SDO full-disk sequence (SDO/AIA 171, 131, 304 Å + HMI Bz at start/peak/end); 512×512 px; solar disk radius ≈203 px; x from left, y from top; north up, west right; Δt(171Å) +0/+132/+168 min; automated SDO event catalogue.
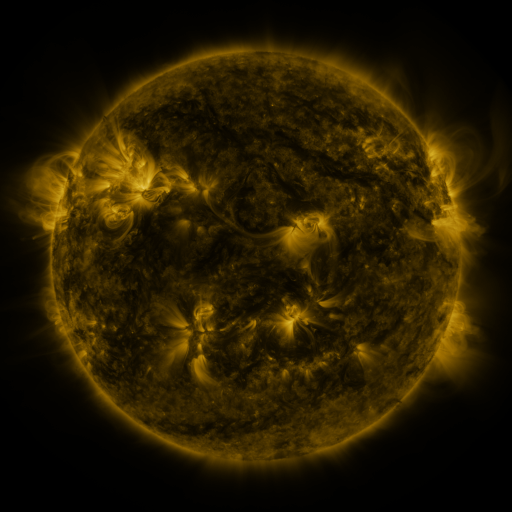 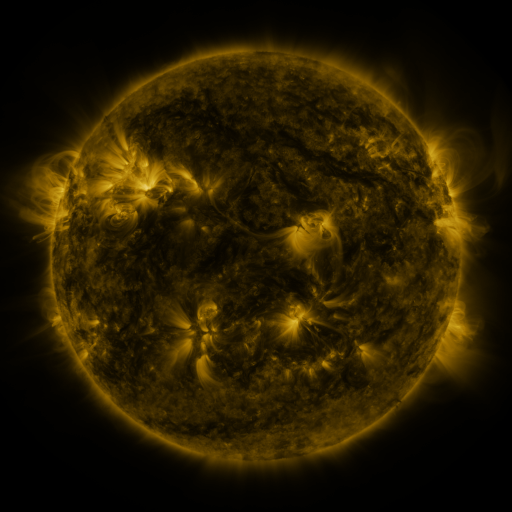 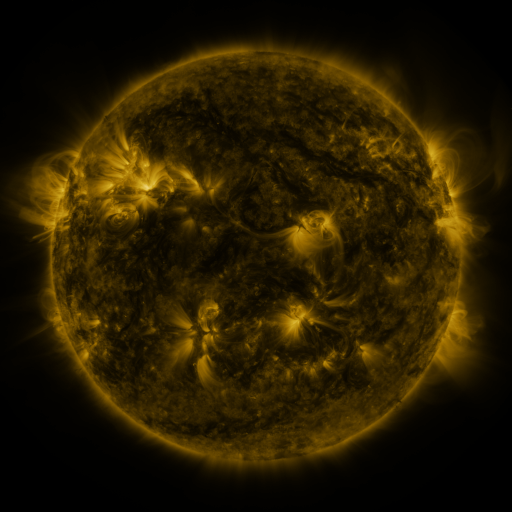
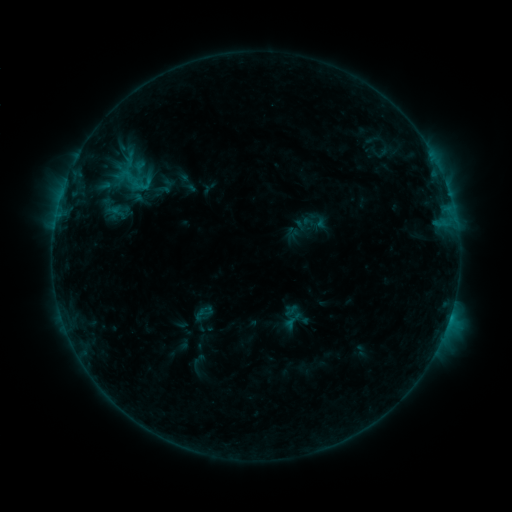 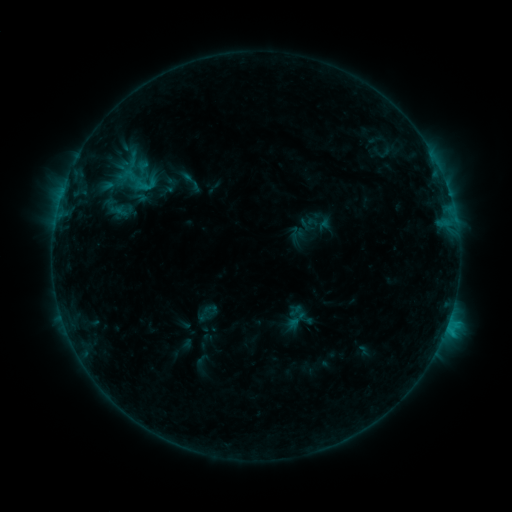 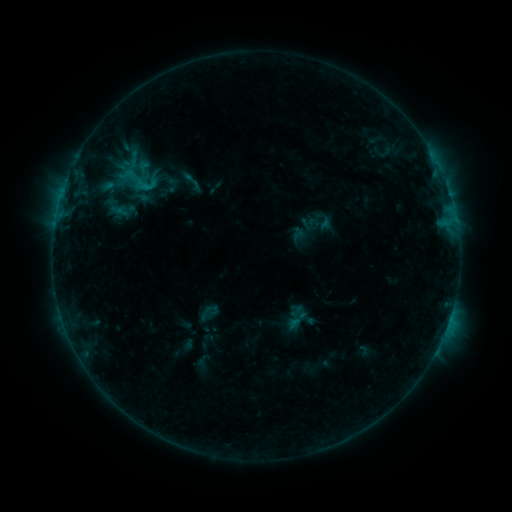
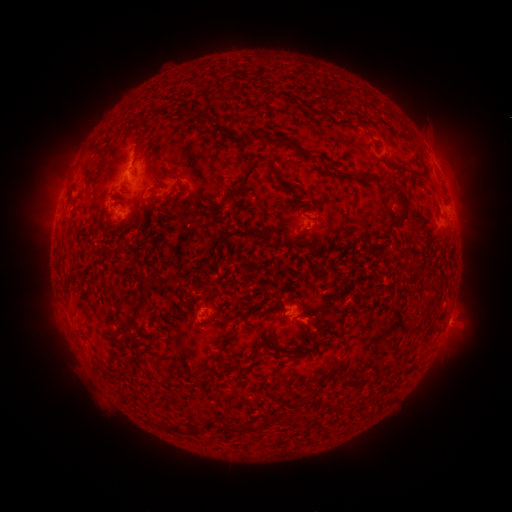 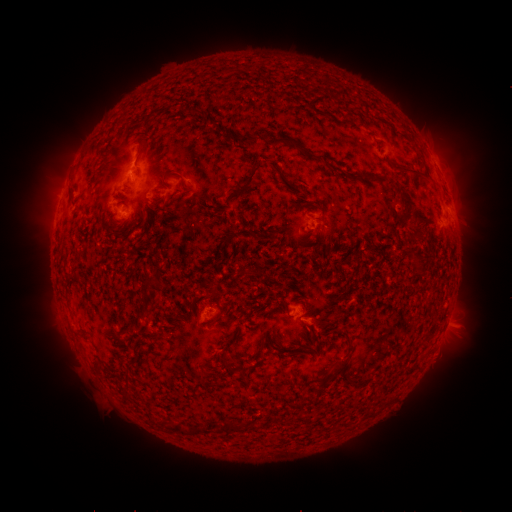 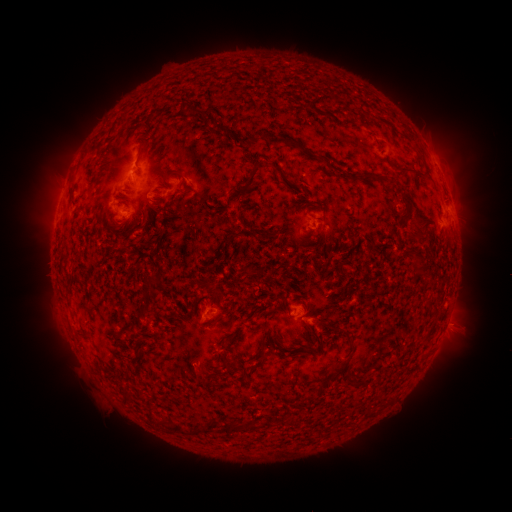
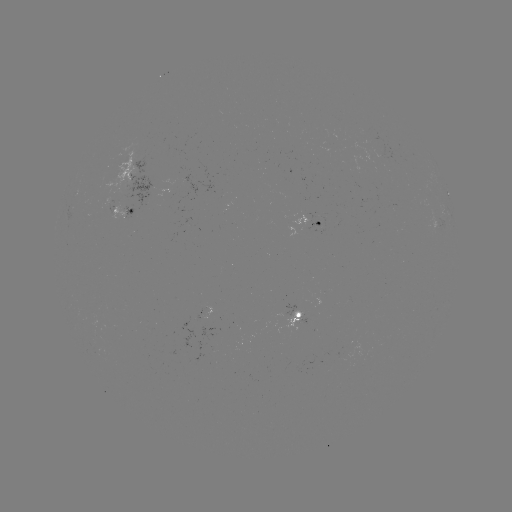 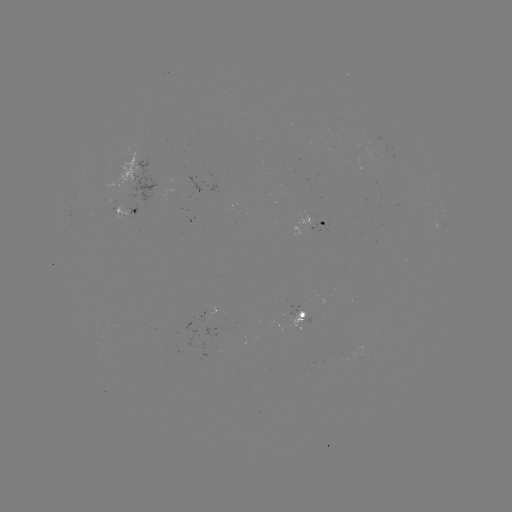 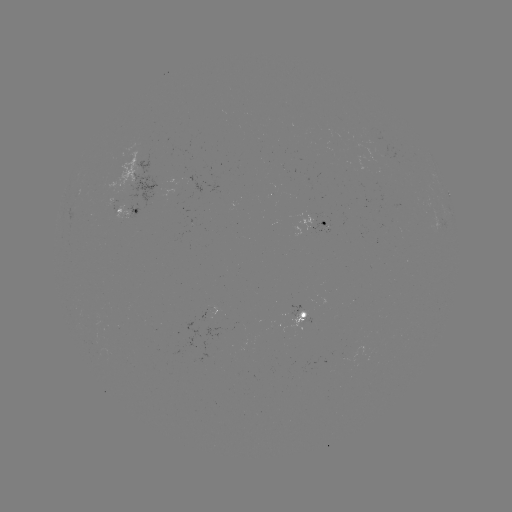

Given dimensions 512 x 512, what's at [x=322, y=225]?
emerging-flux region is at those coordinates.